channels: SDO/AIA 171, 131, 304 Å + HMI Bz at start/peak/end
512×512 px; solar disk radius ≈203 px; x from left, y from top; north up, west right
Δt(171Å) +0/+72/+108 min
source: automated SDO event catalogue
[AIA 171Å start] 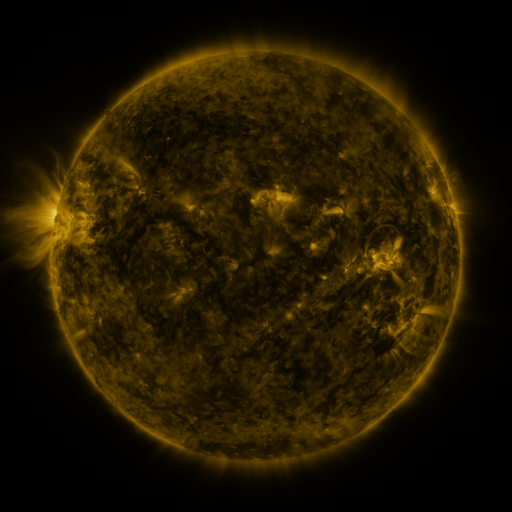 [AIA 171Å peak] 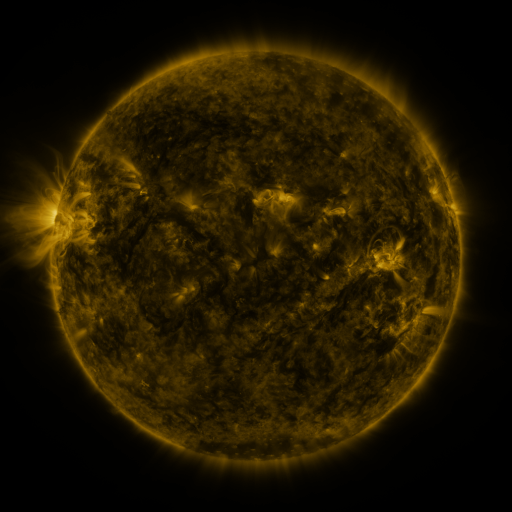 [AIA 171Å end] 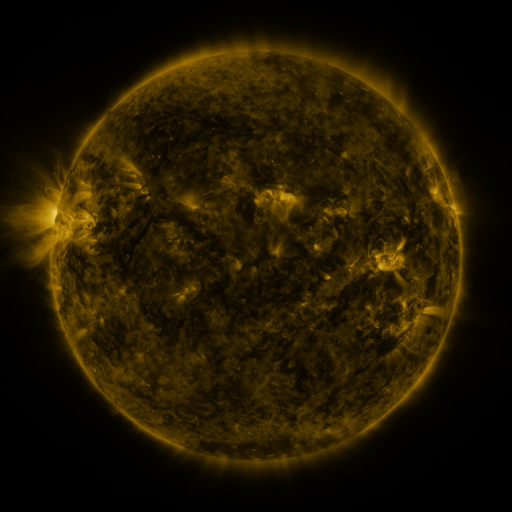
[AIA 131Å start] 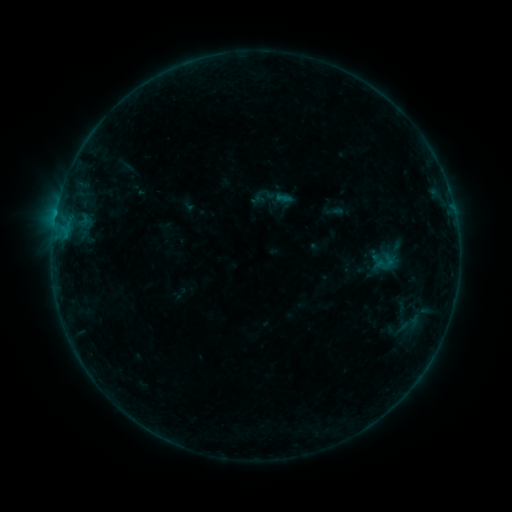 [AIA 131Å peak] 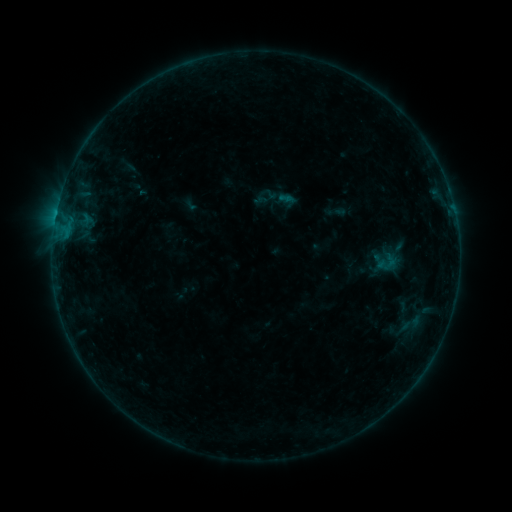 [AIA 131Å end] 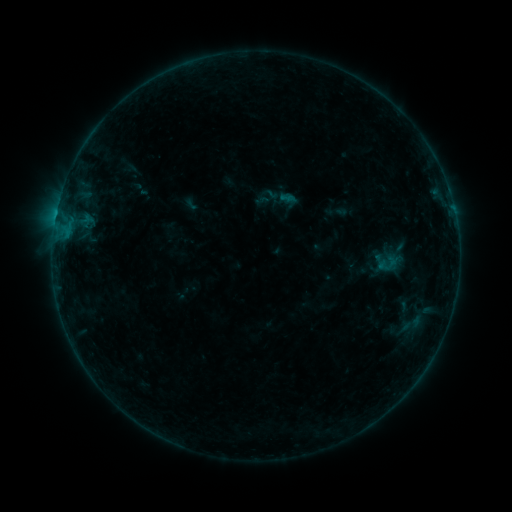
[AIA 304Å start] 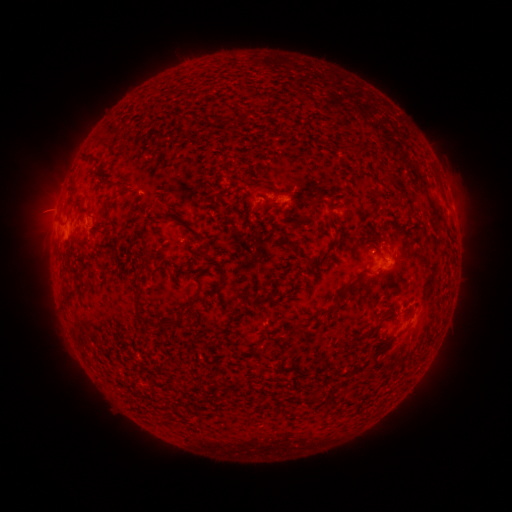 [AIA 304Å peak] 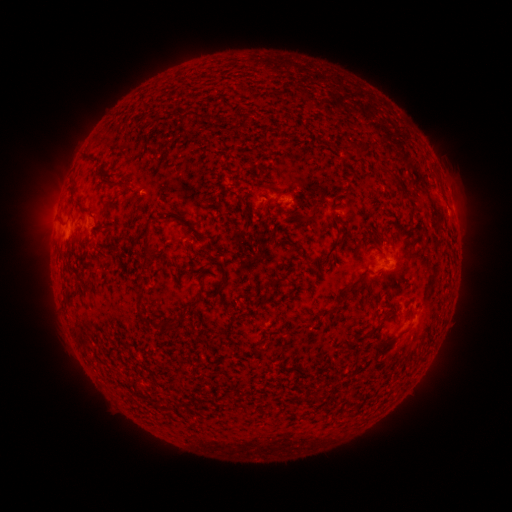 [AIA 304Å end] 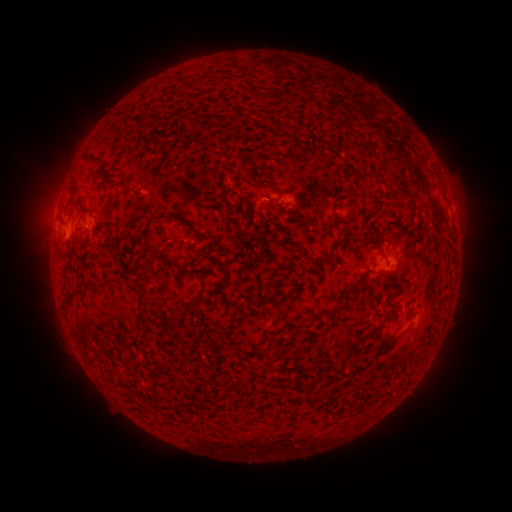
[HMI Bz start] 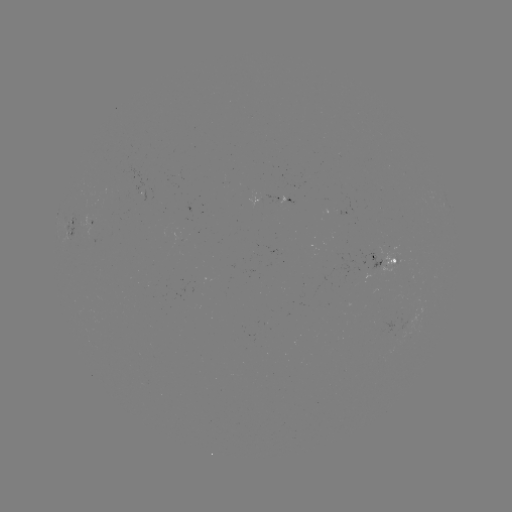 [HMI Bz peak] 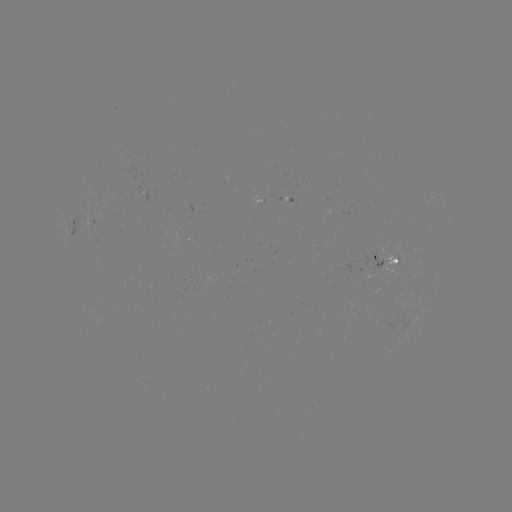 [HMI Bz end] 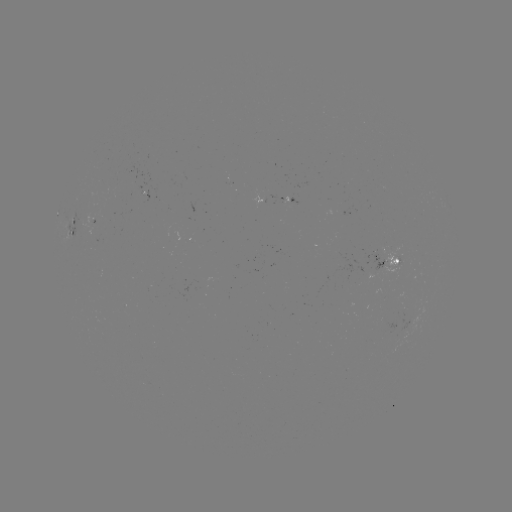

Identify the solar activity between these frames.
emerging-flux region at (279, 201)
